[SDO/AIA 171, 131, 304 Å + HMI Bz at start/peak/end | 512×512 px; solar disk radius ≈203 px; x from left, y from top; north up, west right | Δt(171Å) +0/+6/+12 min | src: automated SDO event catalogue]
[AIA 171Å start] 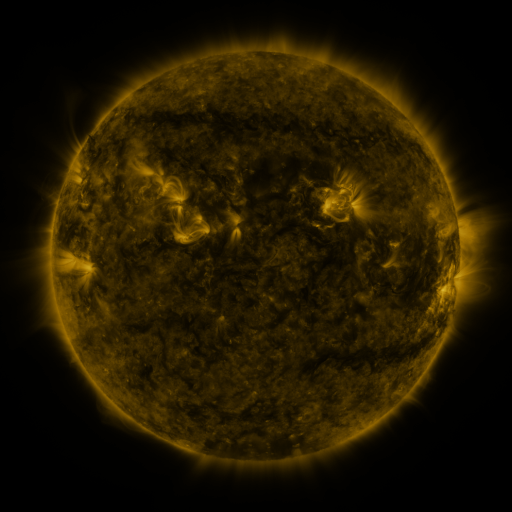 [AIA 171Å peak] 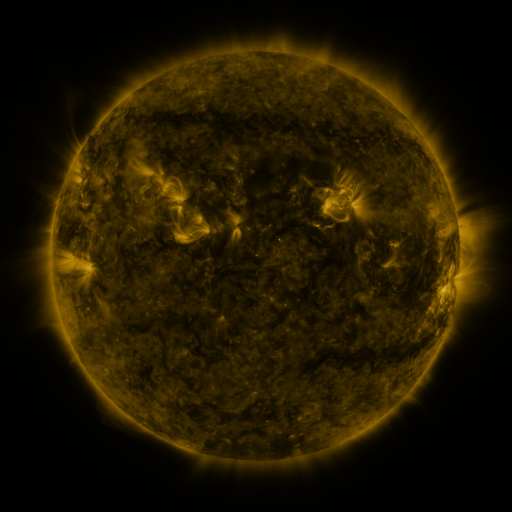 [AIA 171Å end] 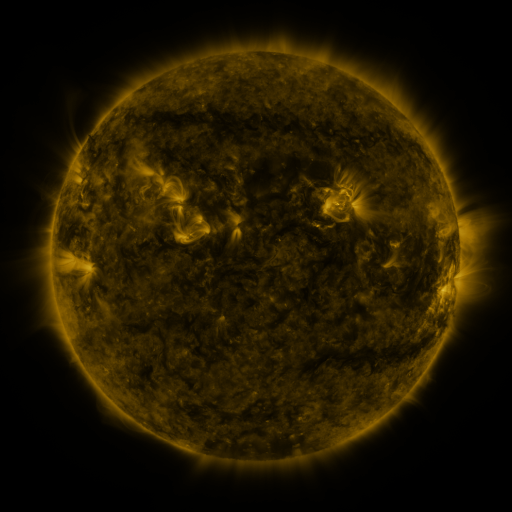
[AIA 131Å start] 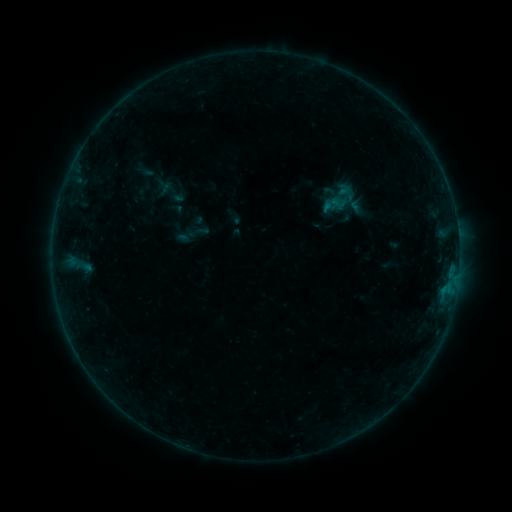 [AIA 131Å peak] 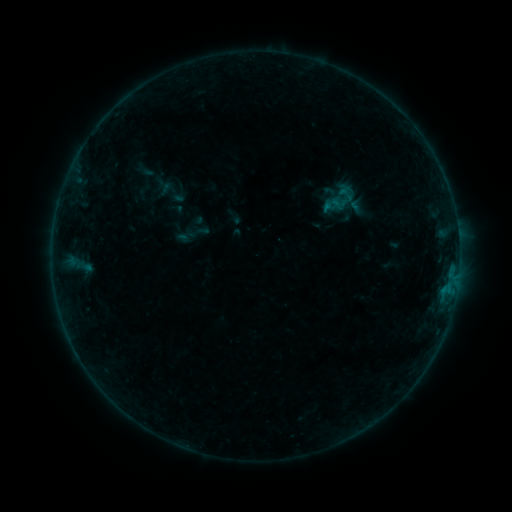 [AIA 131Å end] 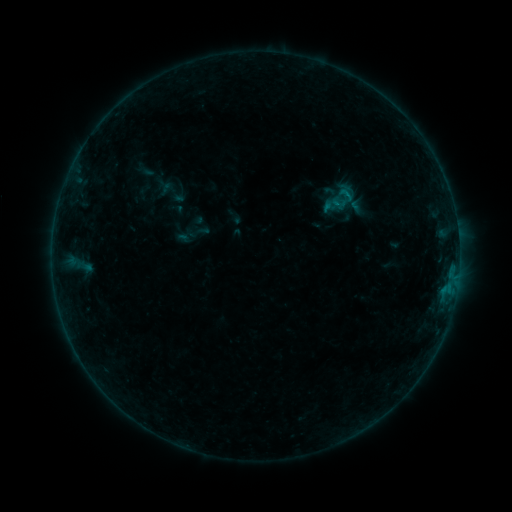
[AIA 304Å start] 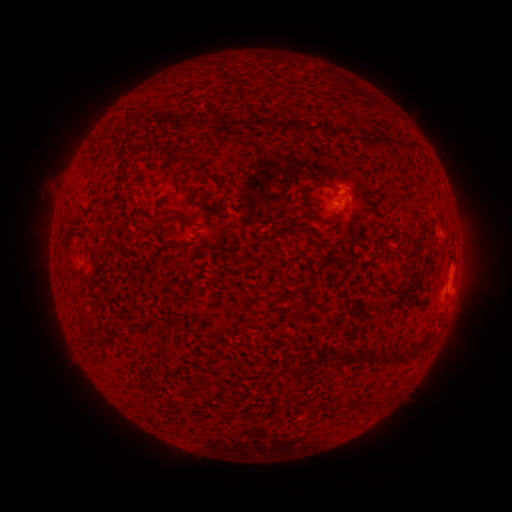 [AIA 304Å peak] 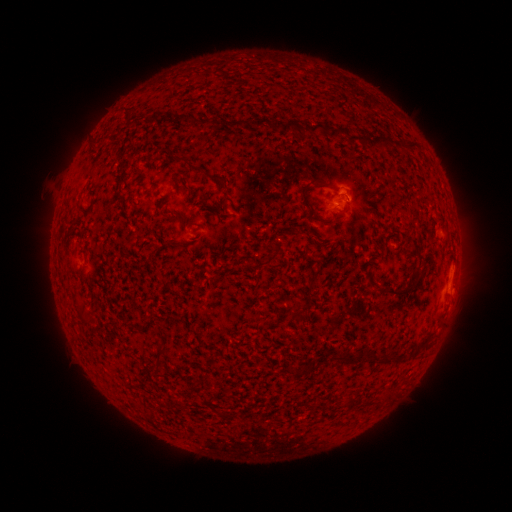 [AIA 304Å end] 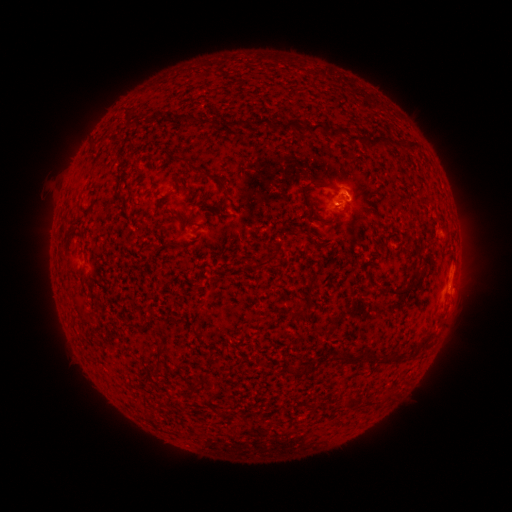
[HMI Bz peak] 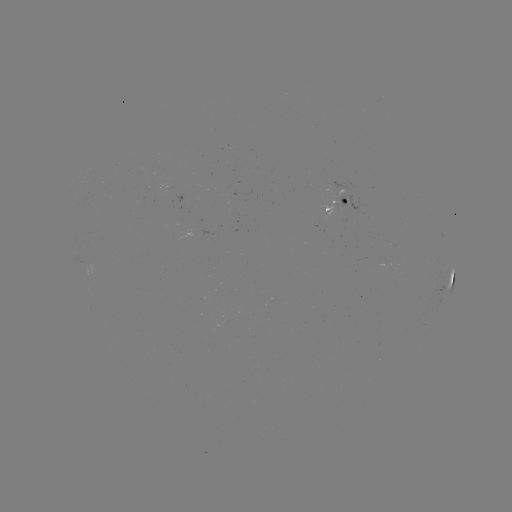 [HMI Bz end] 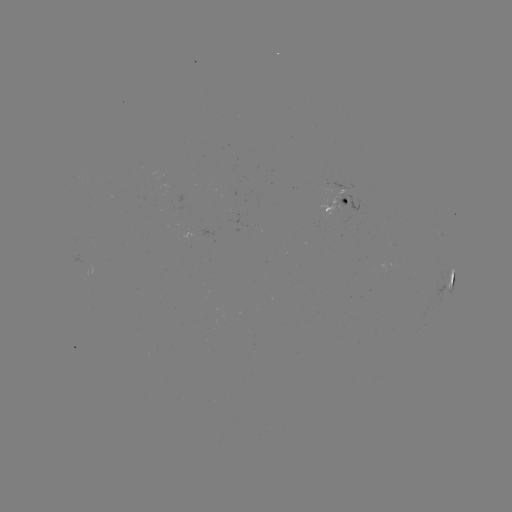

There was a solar flare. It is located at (345, 195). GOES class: B2.0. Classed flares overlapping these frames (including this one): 1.